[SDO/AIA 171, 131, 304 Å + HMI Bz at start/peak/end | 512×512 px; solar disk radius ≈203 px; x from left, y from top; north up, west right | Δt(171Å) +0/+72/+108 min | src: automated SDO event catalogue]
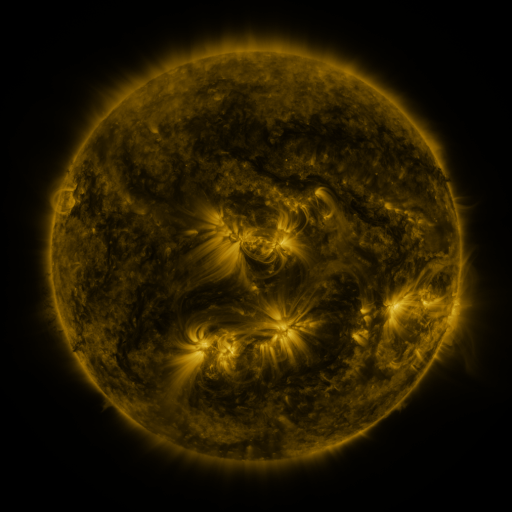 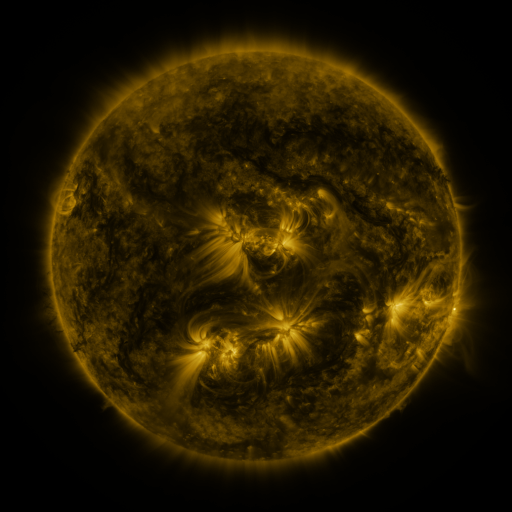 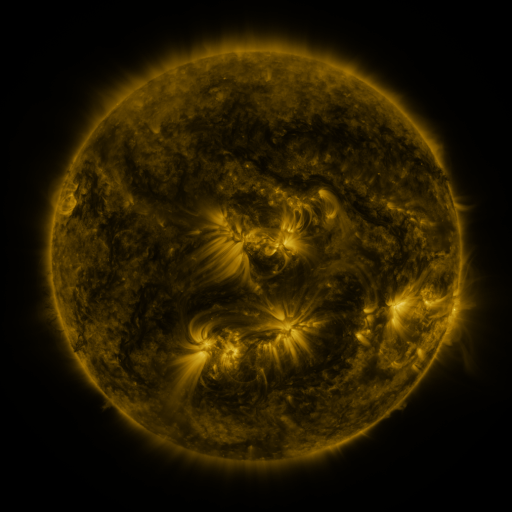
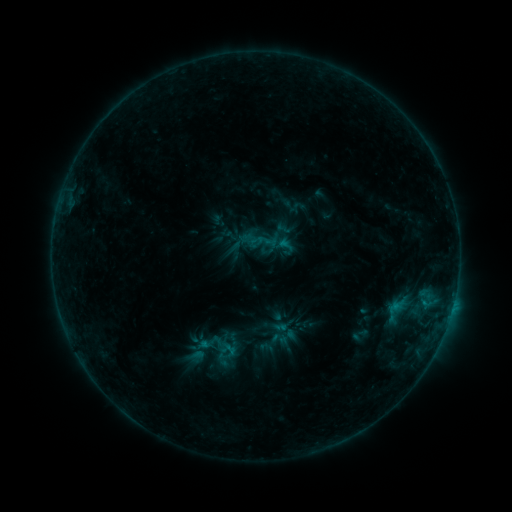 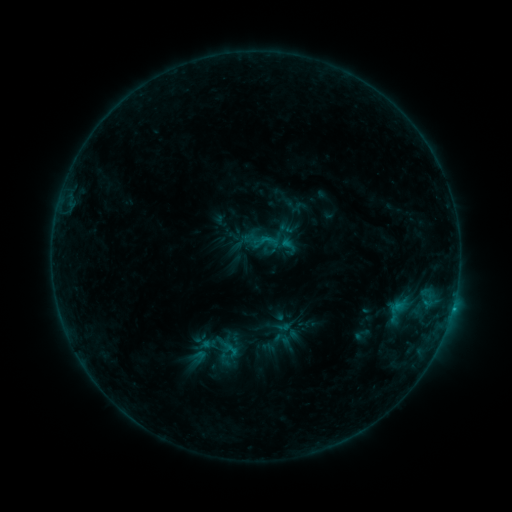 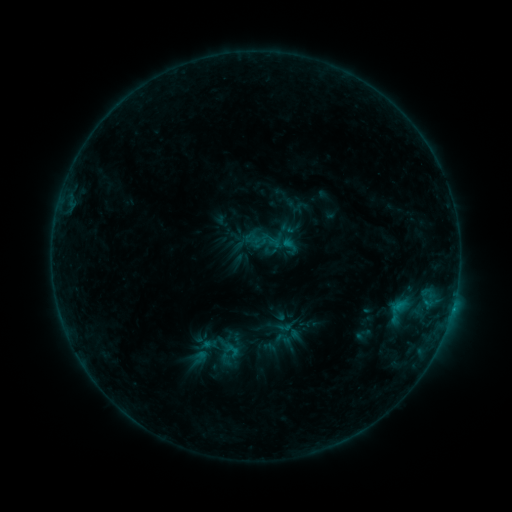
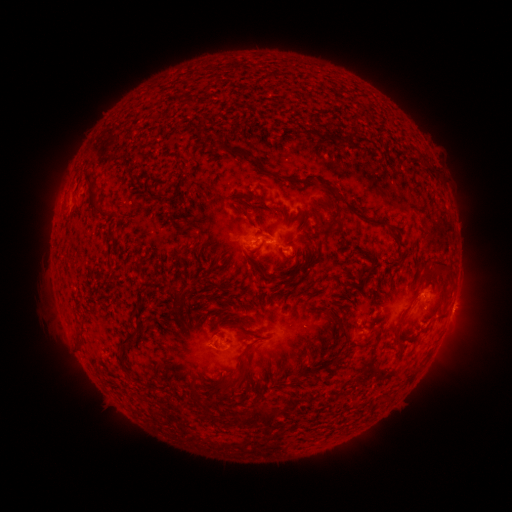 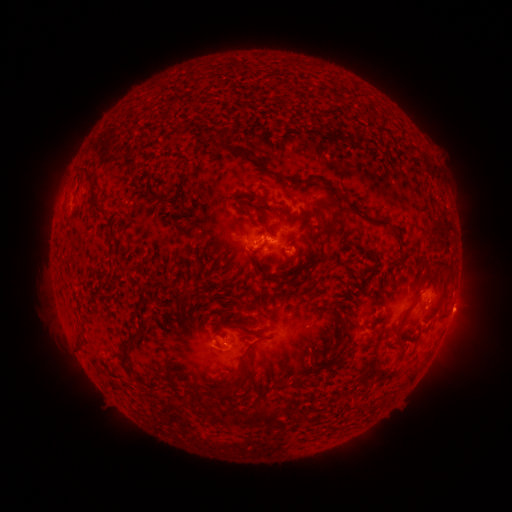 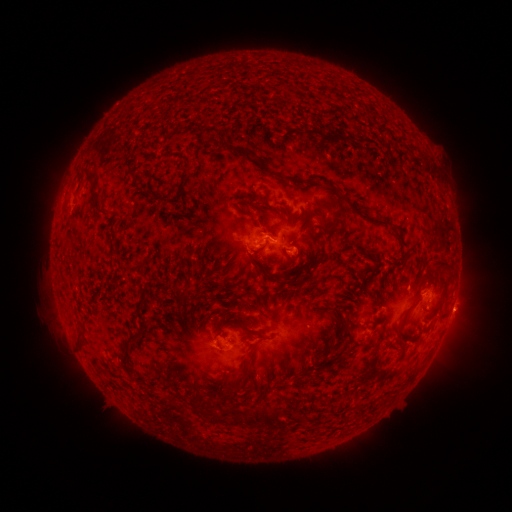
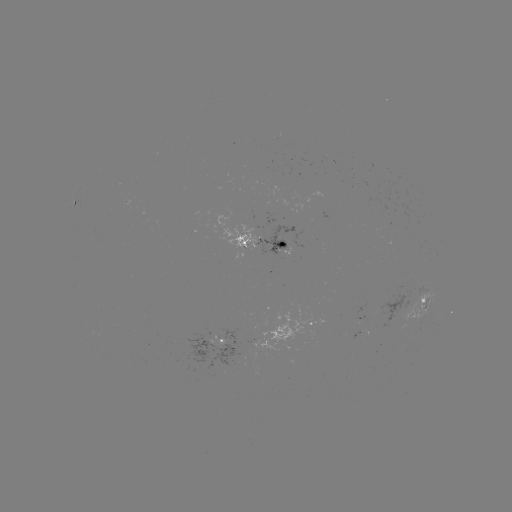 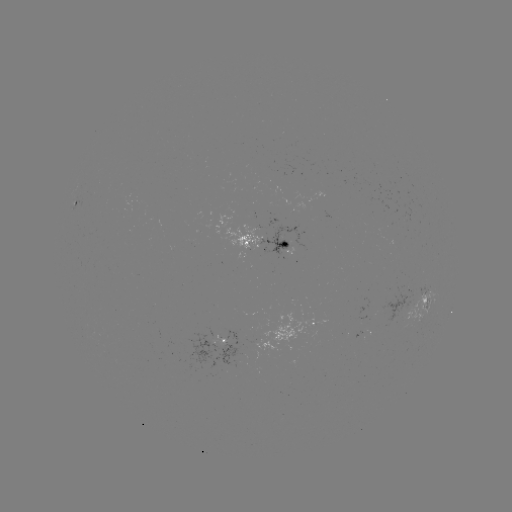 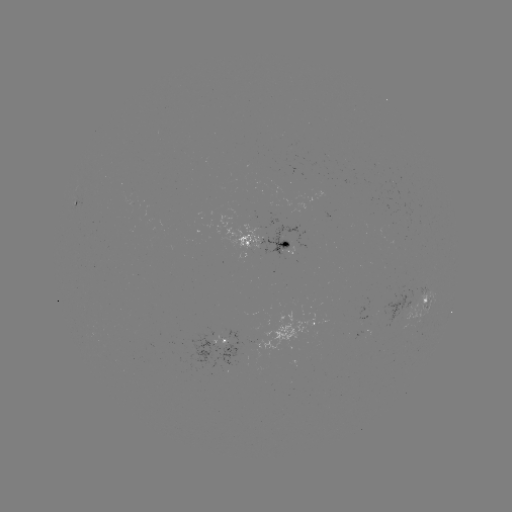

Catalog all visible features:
emerging-flux region: (400, 312)
